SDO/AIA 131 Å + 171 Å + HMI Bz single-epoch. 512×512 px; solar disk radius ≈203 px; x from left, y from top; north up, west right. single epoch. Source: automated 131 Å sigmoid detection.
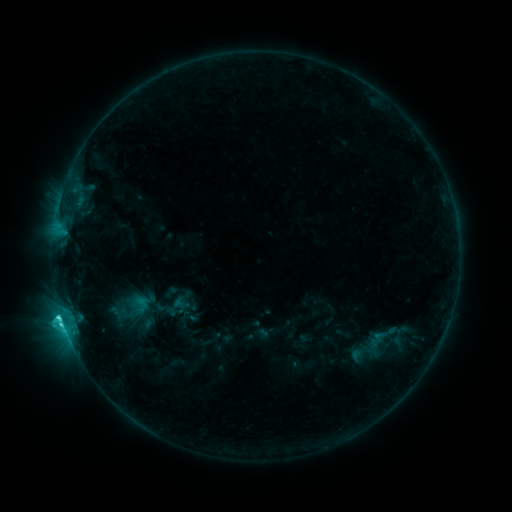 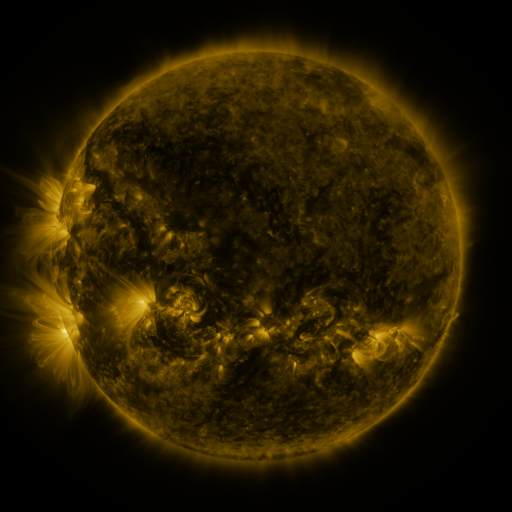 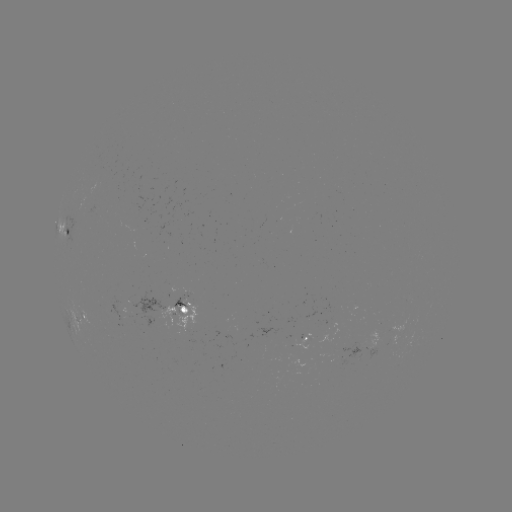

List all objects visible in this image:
sigmoid: (180, 303)
sigmoid: (142, 304)
